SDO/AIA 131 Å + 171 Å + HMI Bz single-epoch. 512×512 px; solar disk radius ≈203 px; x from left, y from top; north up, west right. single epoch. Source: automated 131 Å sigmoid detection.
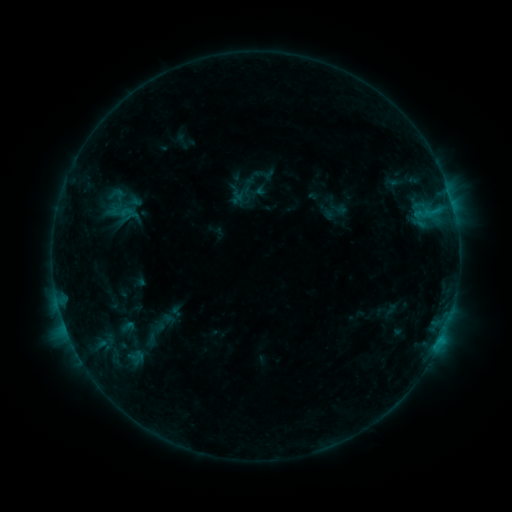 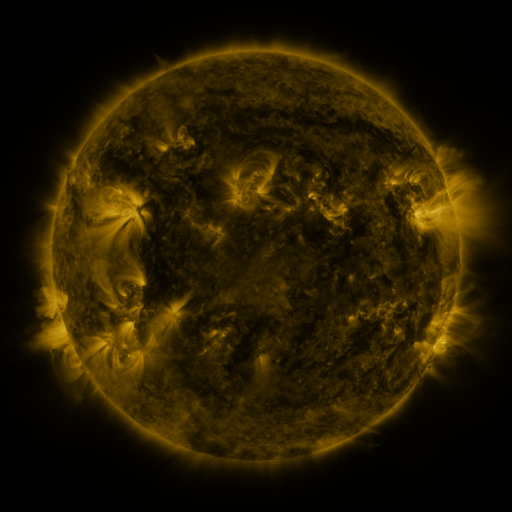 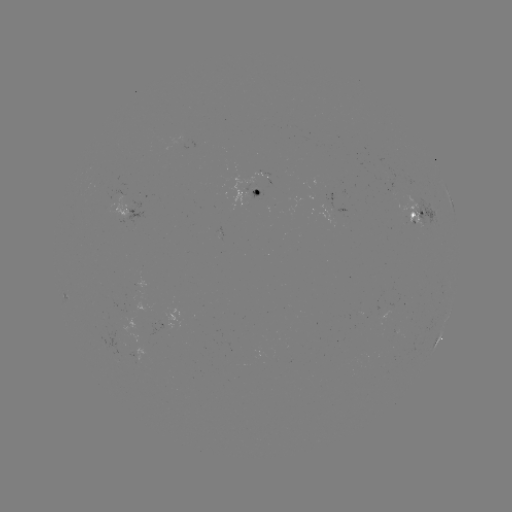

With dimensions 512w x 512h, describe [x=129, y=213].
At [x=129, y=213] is sigmoid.